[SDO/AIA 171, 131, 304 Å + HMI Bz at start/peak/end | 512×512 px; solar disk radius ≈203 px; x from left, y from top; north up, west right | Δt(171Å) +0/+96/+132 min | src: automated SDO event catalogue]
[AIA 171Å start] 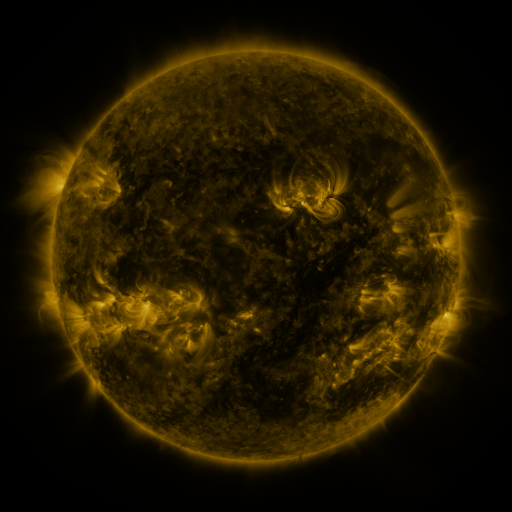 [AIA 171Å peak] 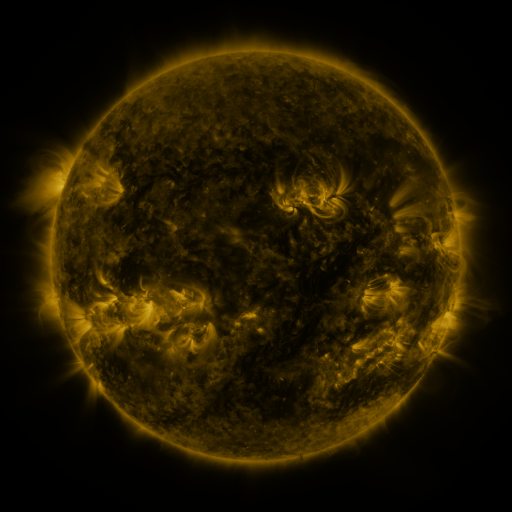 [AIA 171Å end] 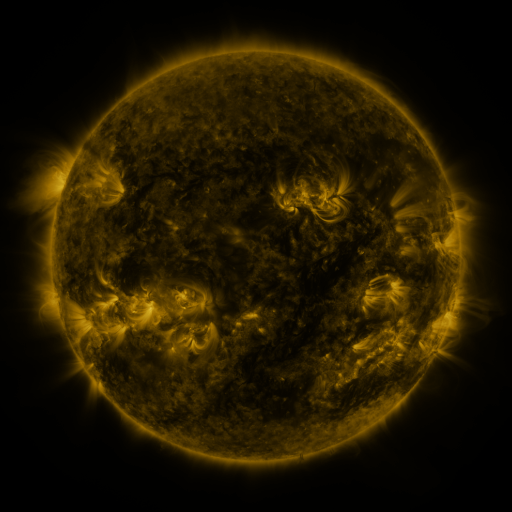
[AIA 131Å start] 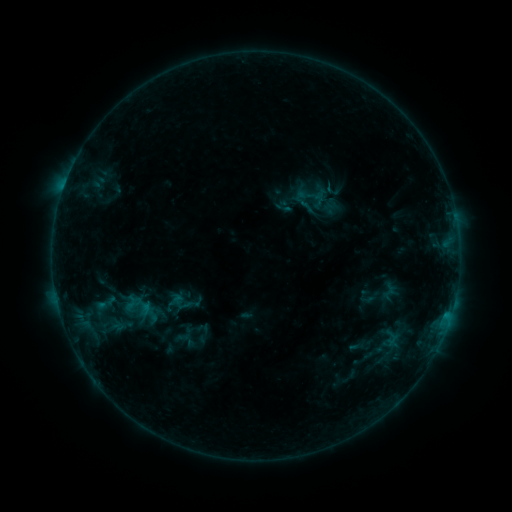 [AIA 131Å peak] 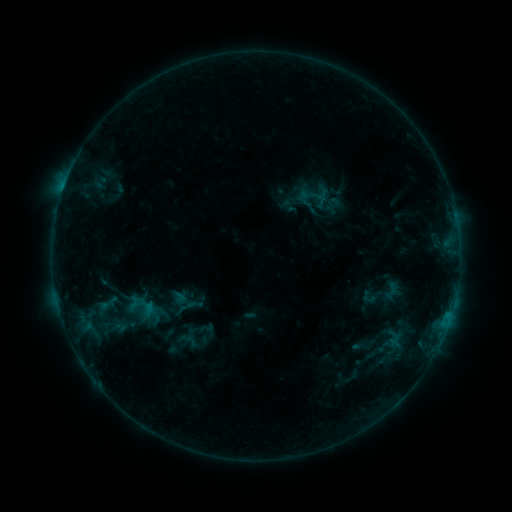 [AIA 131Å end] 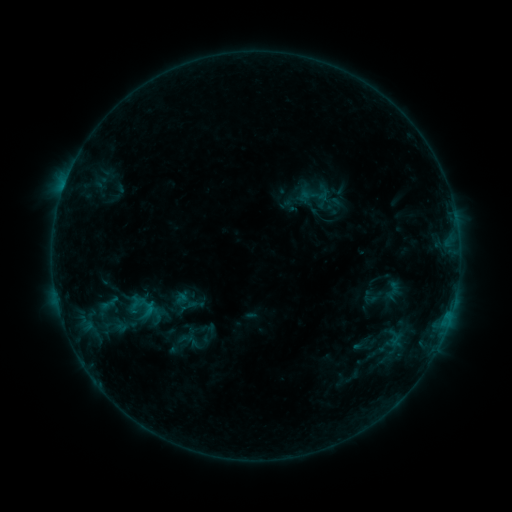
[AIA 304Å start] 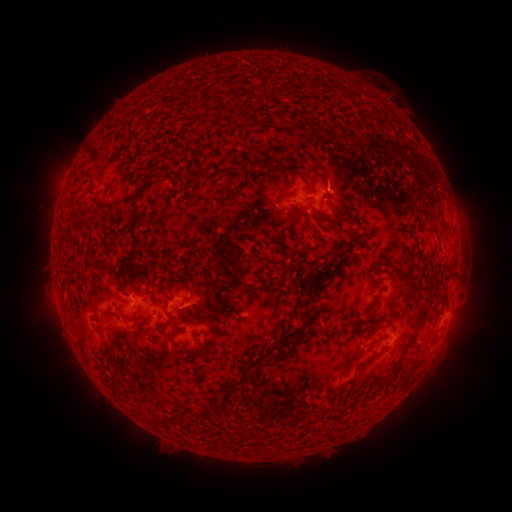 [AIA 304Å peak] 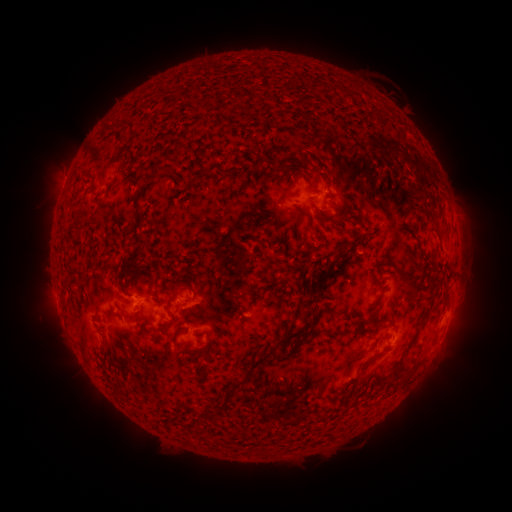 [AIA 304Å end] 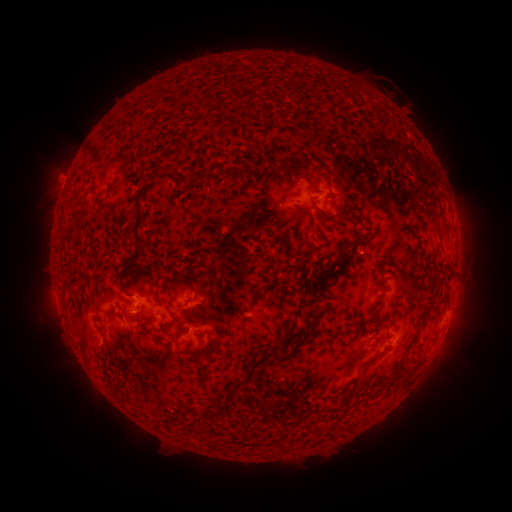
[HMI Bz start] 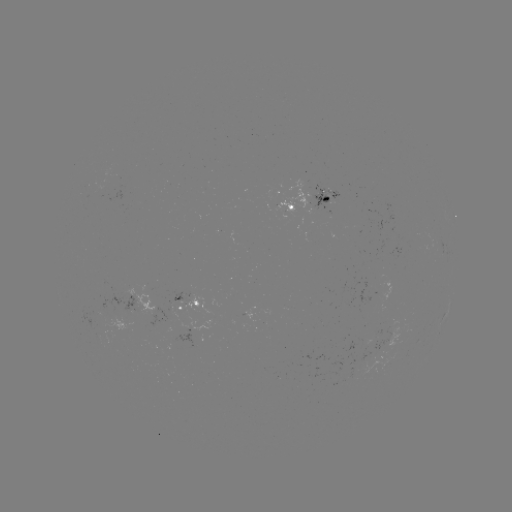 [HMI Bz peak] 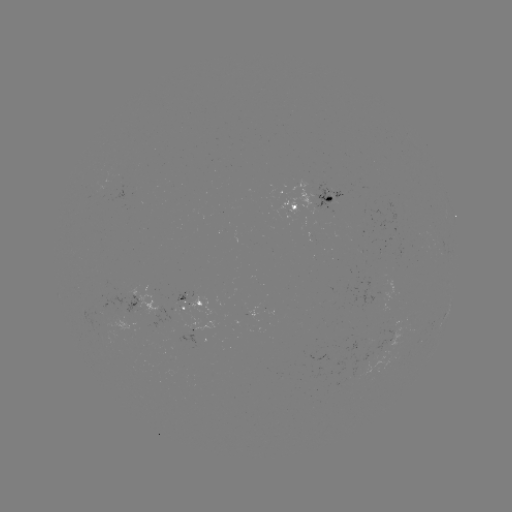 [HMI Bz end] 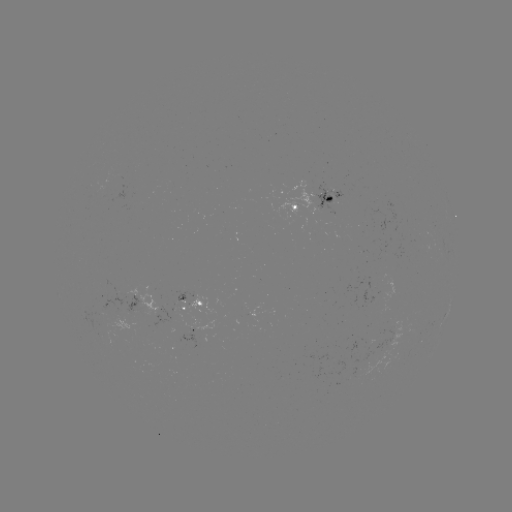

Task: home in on emerging-flux region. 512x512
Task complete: [374, 340].